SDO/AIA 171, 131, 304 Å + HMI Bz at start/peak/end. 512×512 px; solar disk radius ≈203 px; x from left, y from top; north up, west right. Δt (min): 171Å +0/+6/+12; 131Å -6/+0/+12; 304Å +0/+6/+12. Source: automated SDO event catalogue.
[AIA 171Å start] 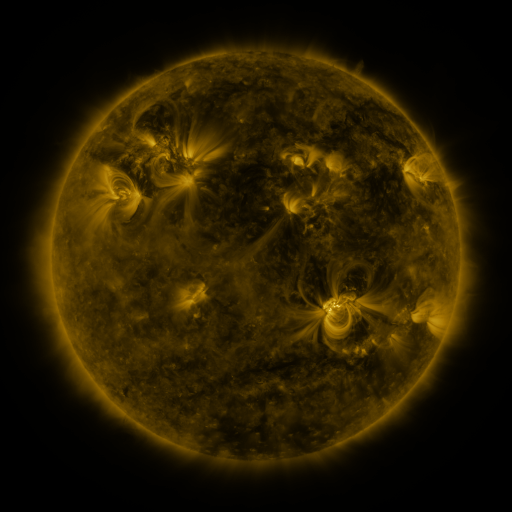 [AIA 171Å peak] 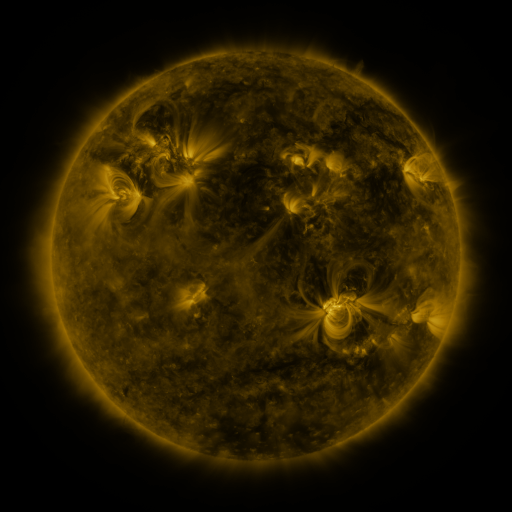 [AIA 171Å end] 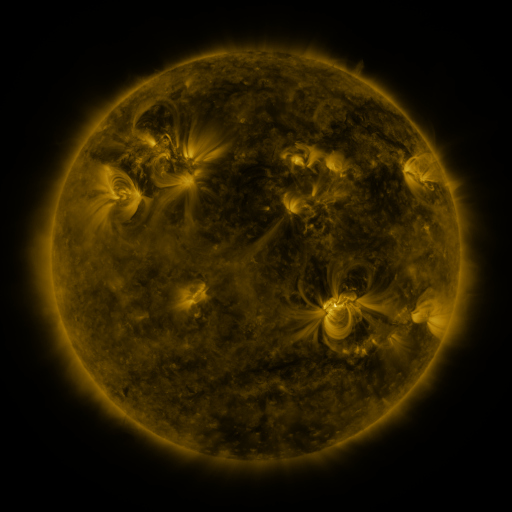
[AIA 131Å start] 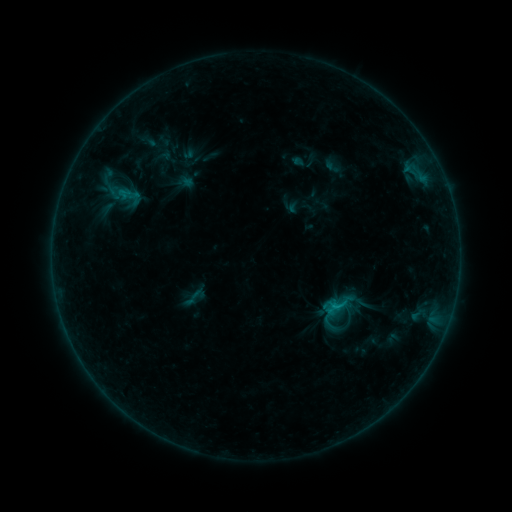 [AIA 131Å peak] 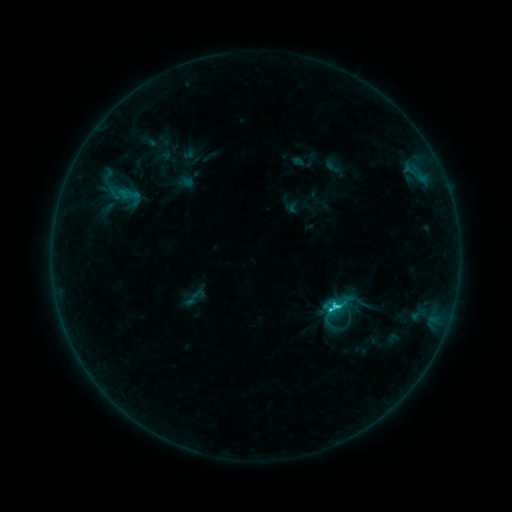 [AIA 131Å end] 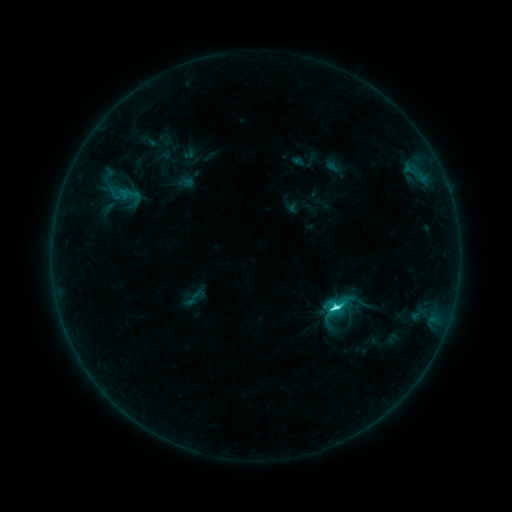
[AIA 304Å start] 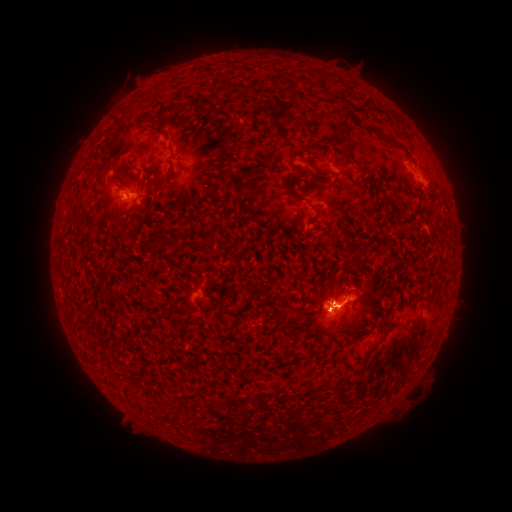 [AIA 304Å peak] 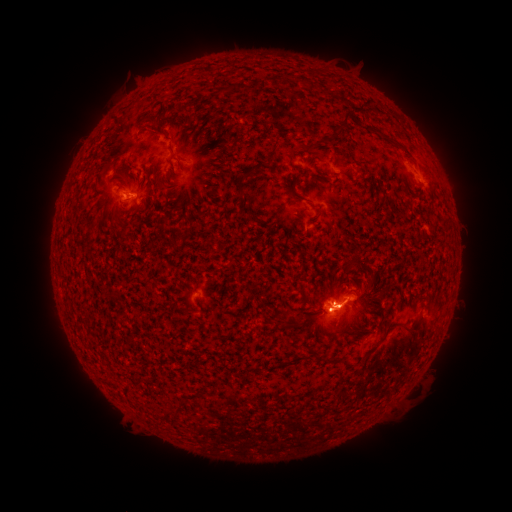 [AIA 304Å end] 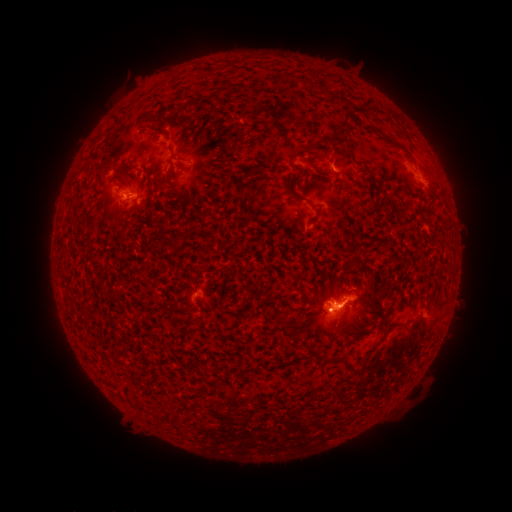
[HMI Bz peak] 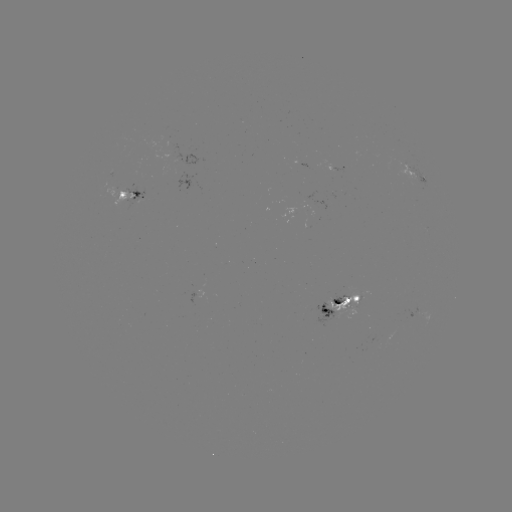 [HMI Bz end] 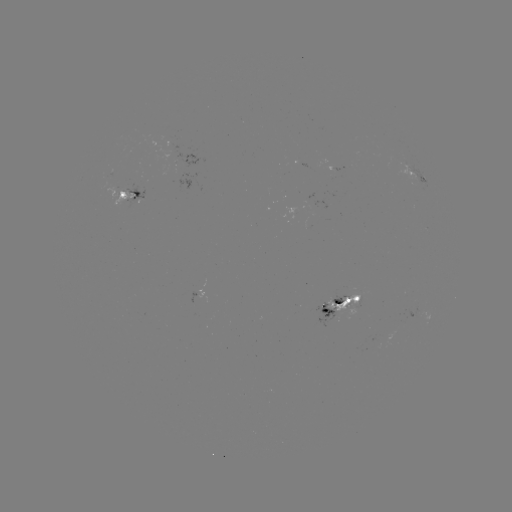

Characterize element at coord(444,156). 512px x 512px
eruption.